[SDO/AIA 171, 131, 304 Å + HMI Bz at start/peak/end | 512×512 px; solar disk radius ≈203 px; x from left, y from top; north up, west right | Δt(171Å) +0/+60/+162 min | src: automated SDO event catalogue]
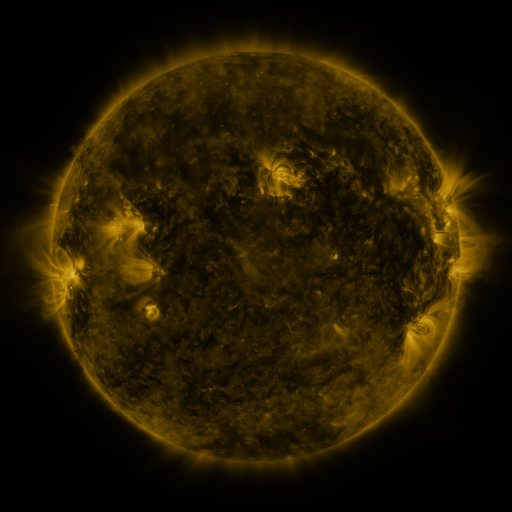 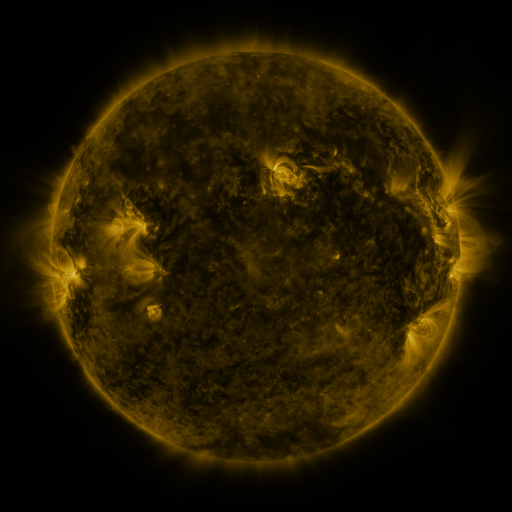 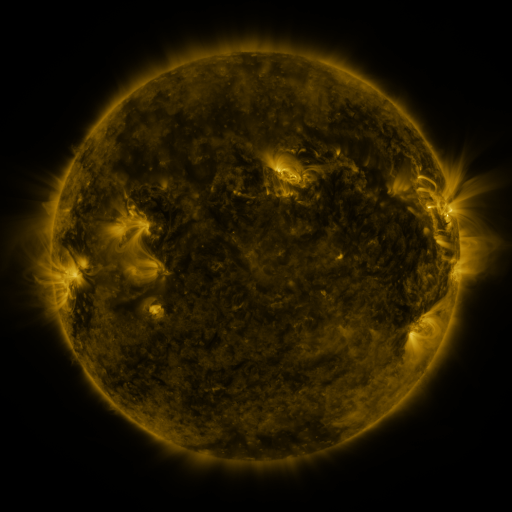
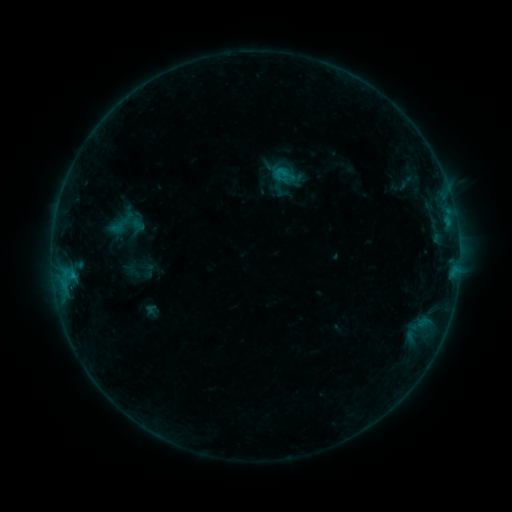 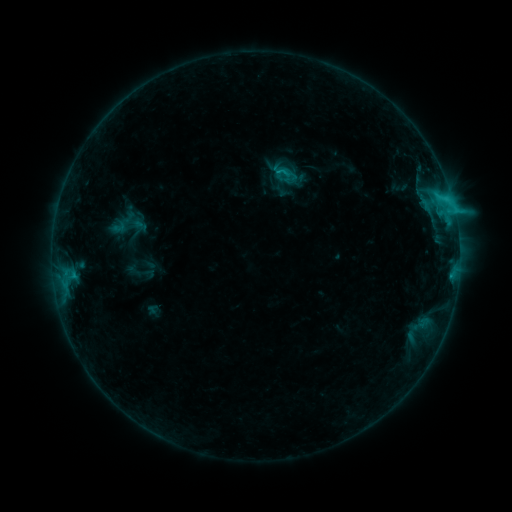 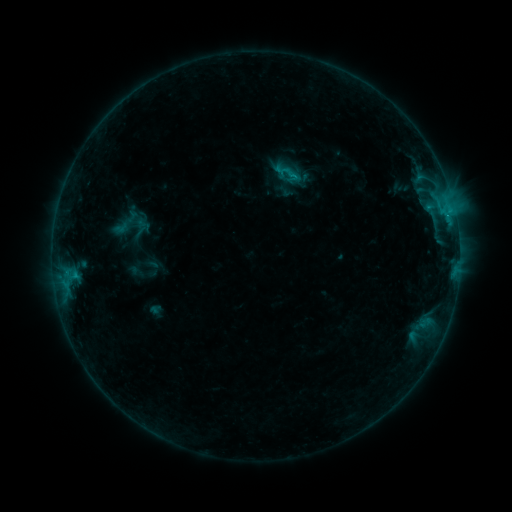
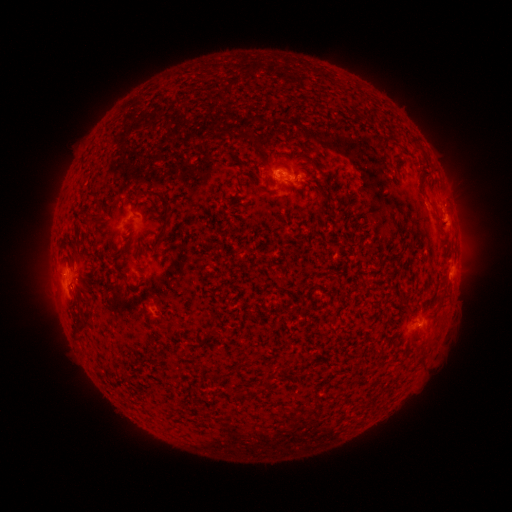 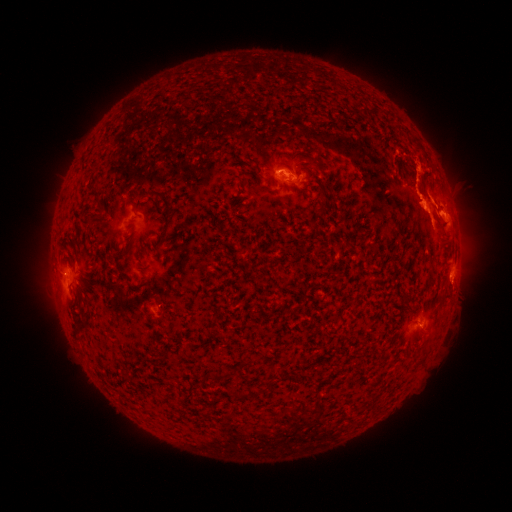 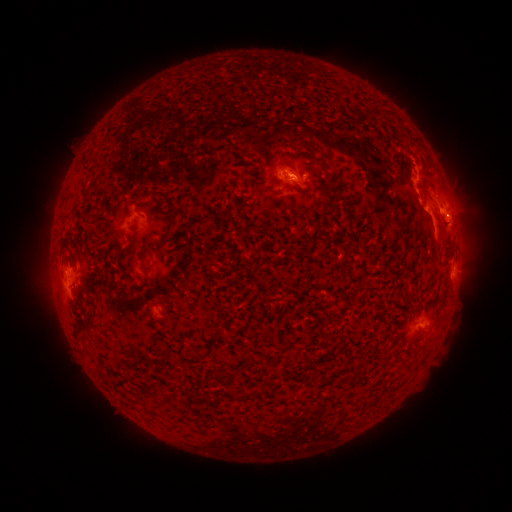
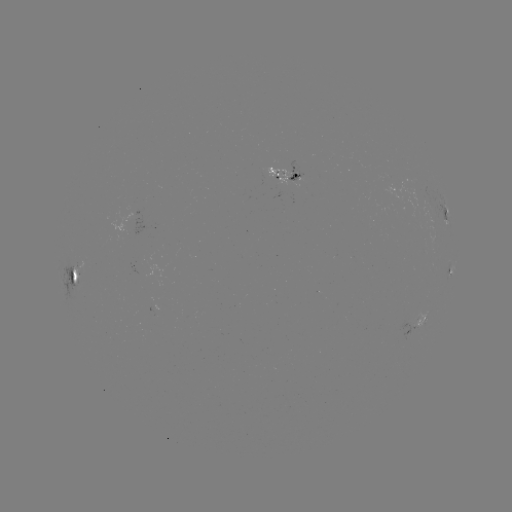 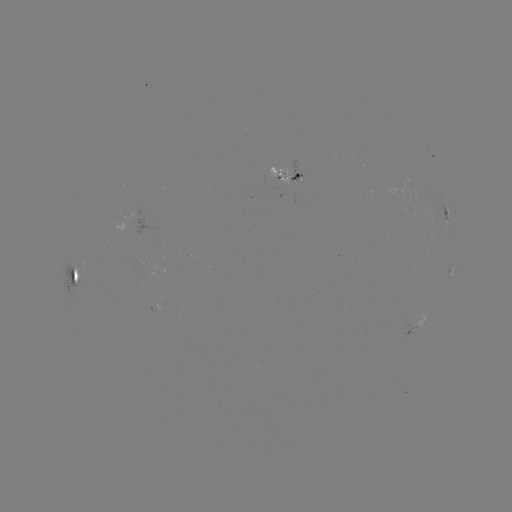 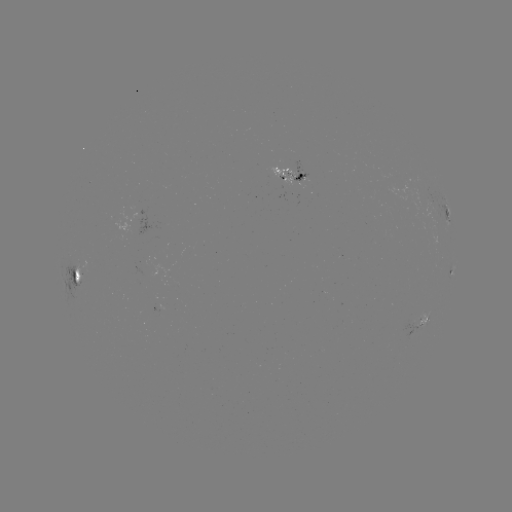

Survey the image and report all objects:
C3.4 flare: (275, 174)
